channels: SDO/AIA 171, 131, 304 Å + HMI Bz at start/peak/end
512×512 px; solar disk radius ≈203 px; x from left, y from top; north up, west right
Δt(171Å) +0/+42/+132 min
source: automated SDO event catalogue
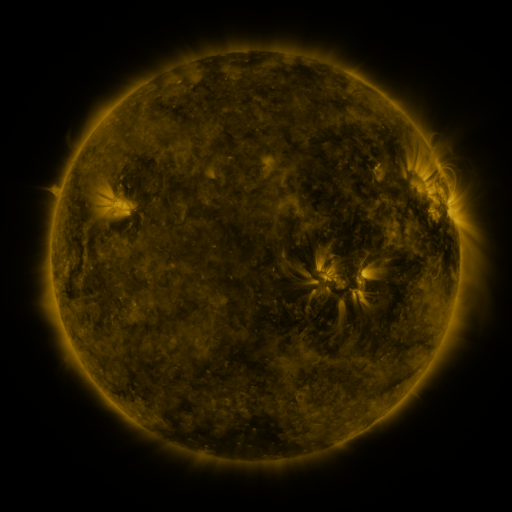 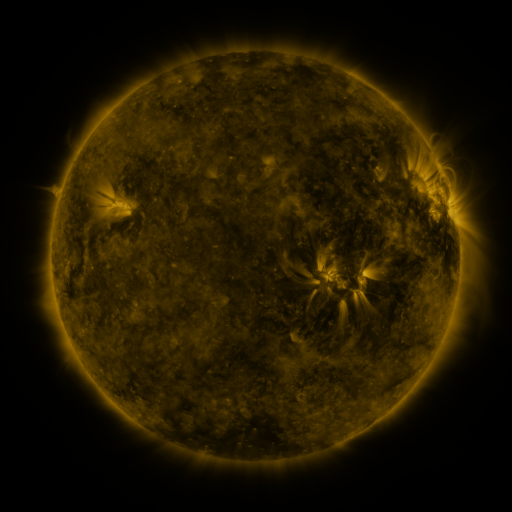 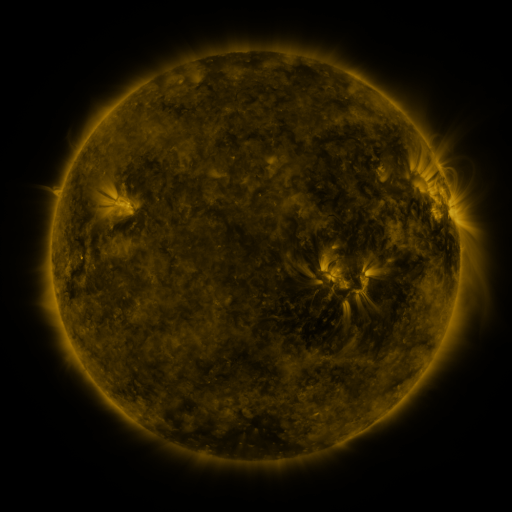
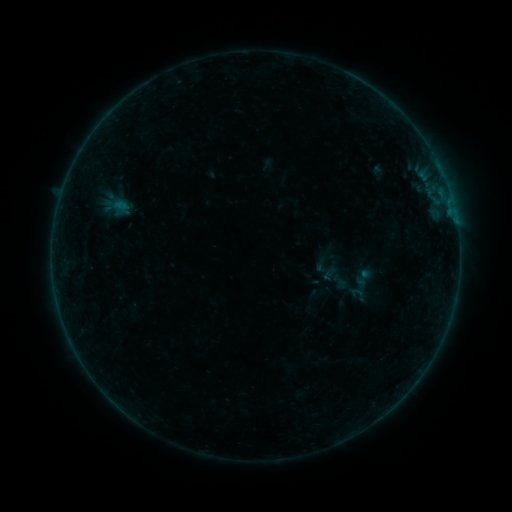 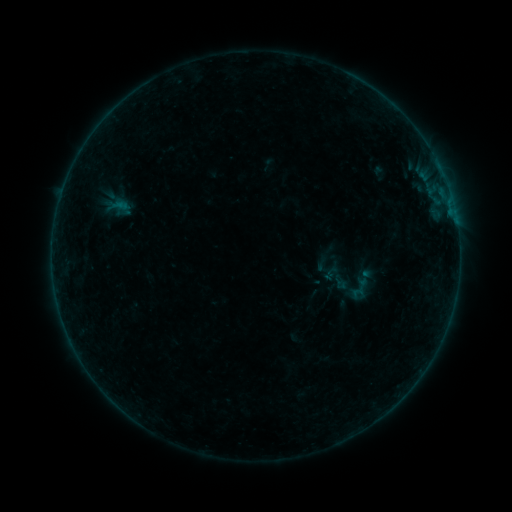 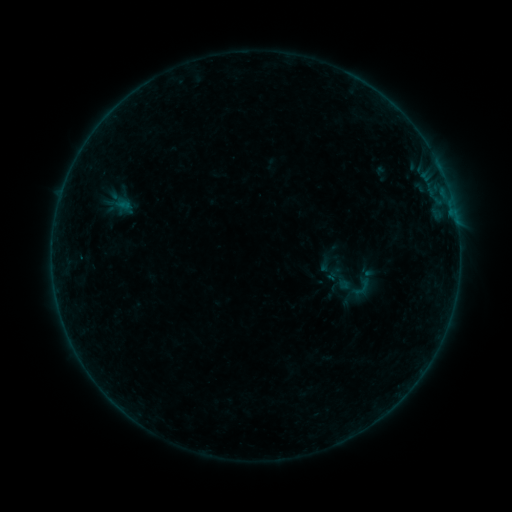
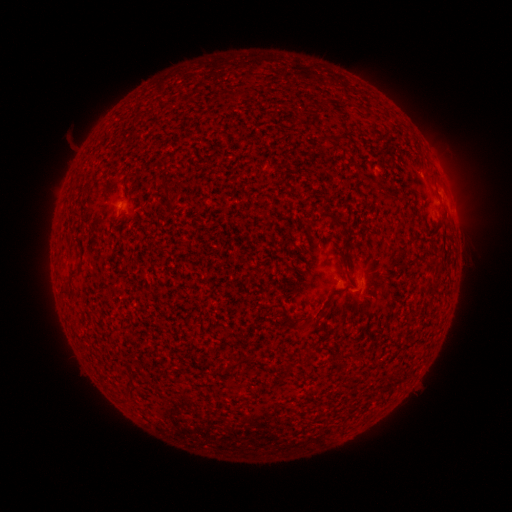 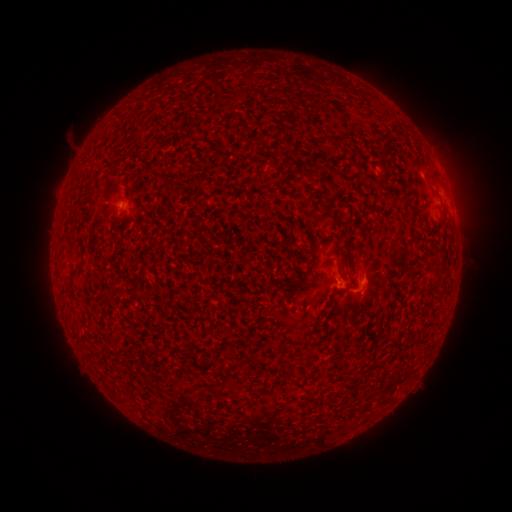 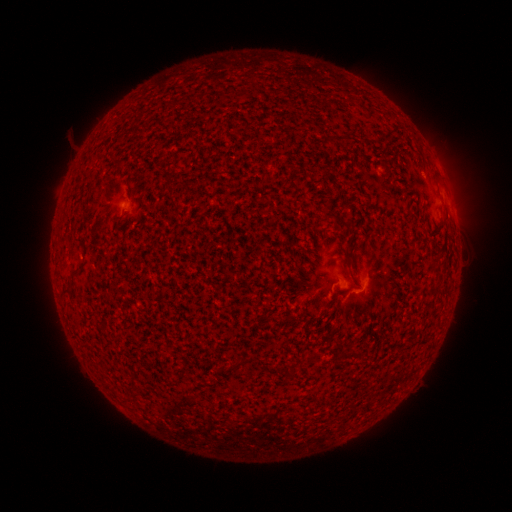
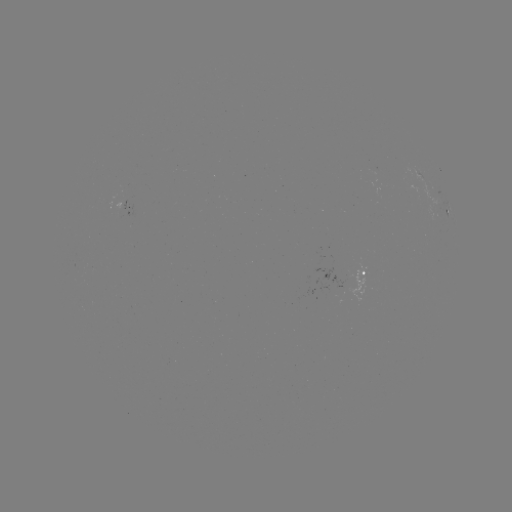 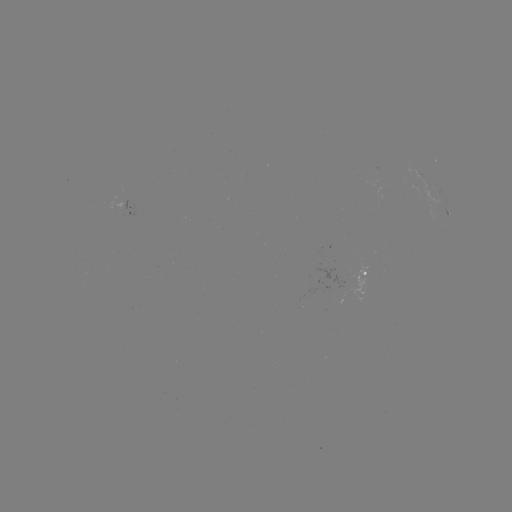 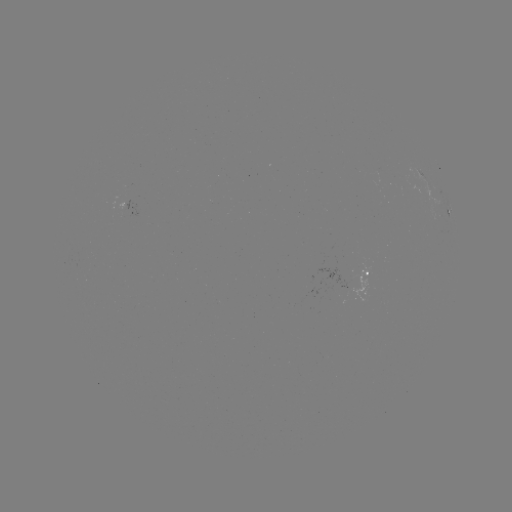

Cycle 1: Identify B3.0 flare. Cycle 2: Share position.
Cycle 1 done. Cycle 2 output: [354, 292].